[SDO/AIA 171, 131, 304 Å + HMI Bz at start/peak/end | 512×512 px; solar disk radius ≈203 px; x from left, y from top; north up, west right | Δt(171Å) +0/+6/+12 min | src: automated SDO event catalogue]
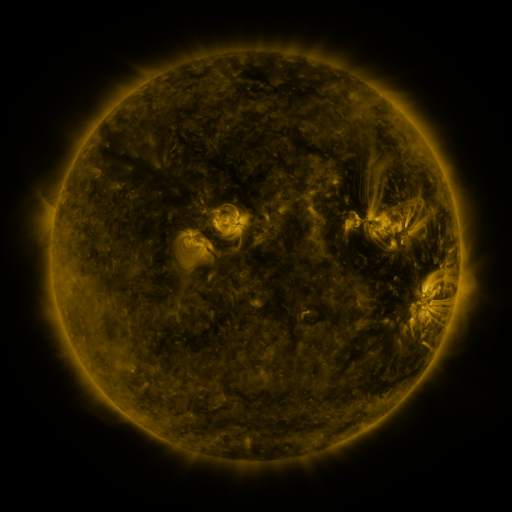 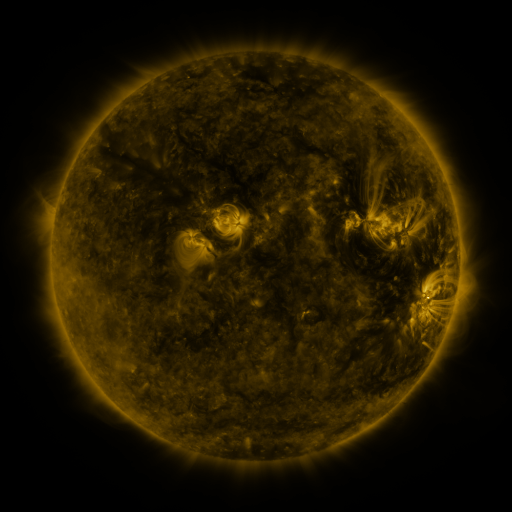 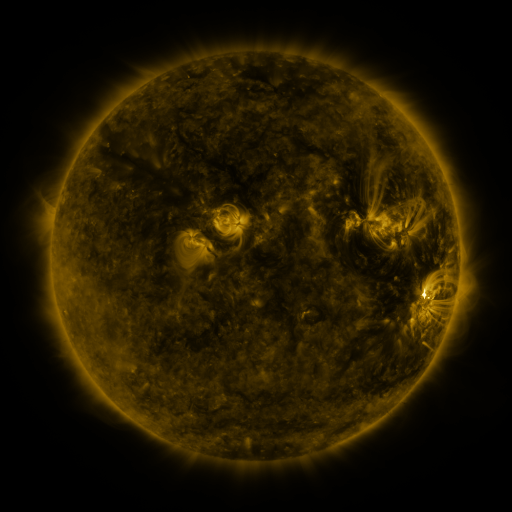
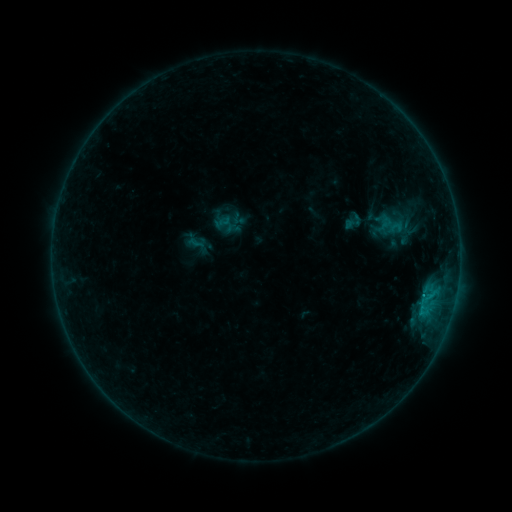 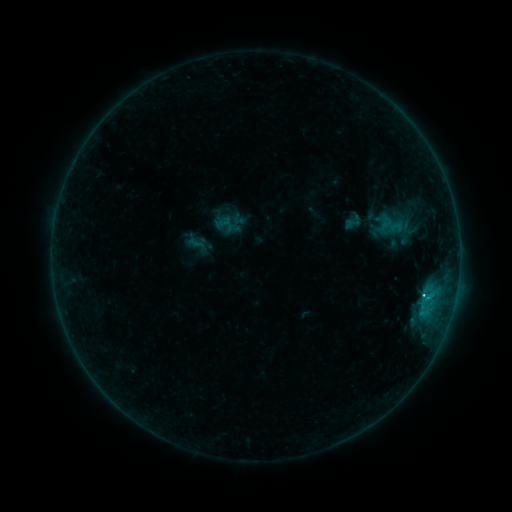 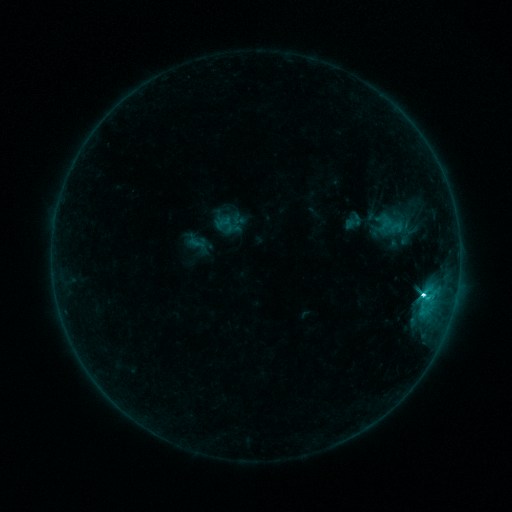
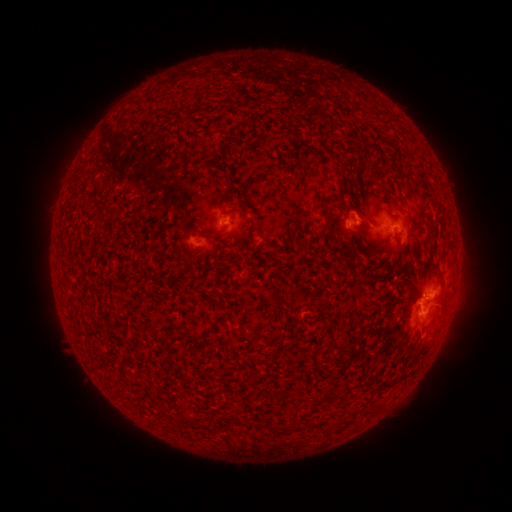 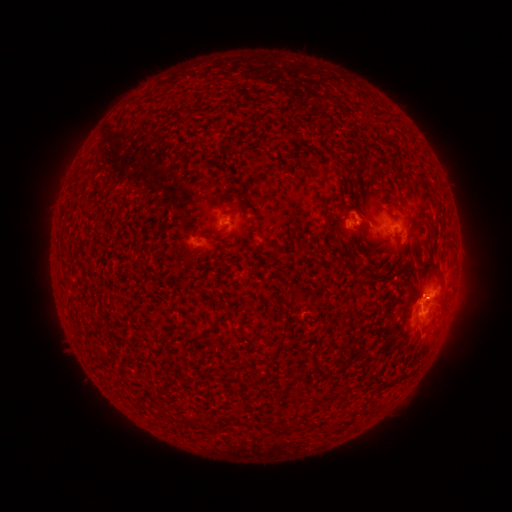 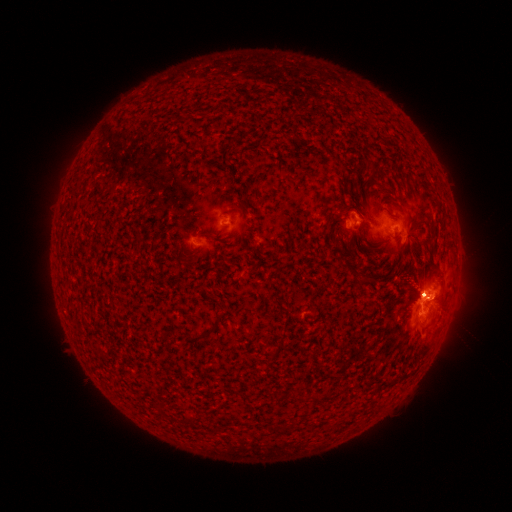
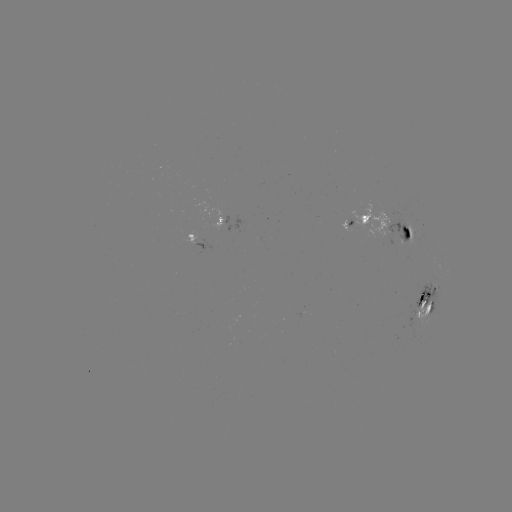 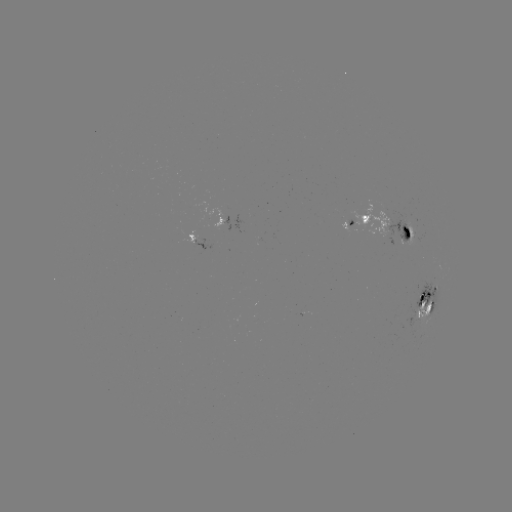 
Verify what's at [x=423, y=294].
C1.4 flare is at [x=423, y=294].